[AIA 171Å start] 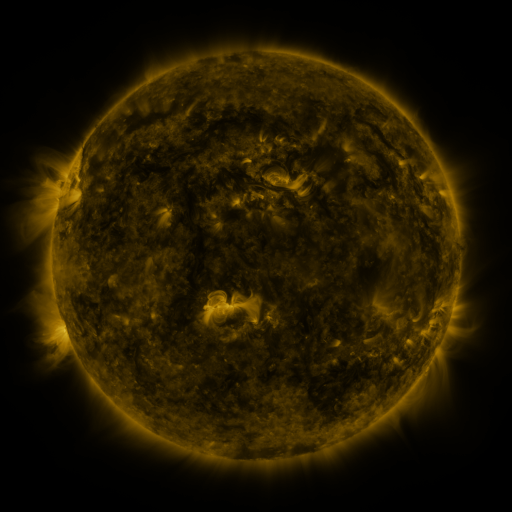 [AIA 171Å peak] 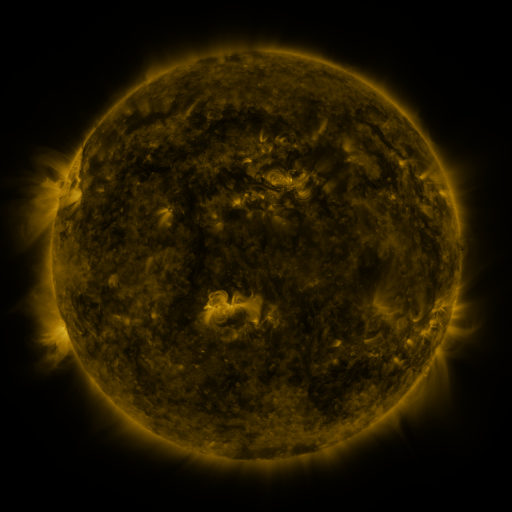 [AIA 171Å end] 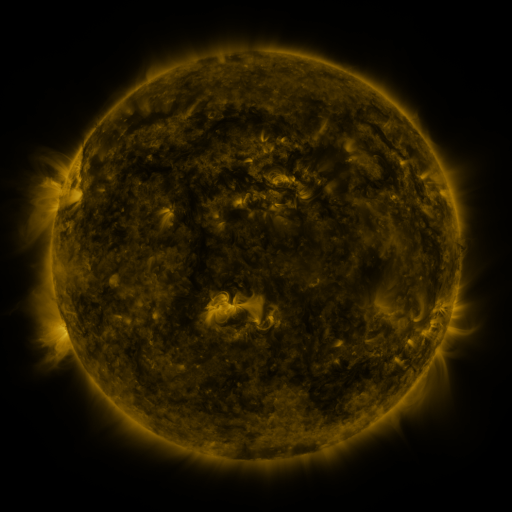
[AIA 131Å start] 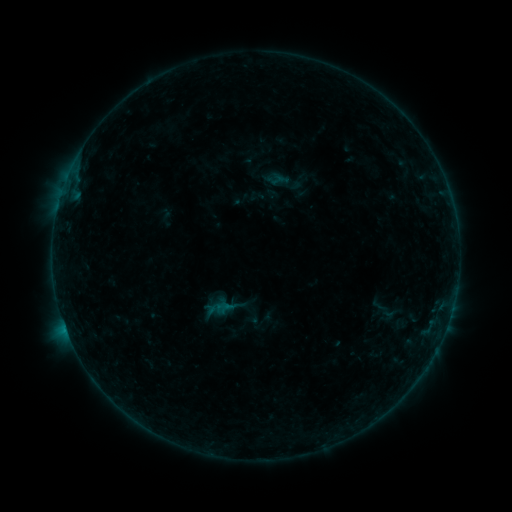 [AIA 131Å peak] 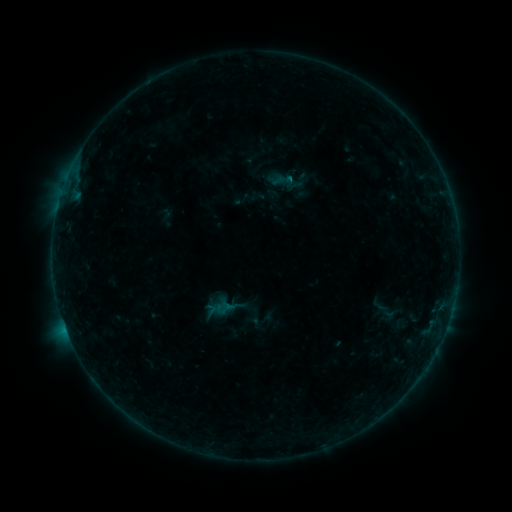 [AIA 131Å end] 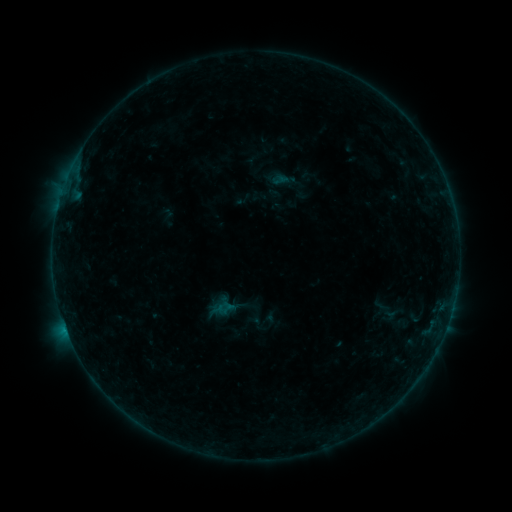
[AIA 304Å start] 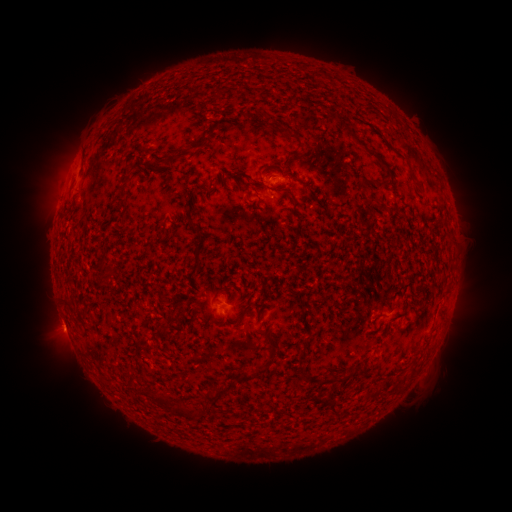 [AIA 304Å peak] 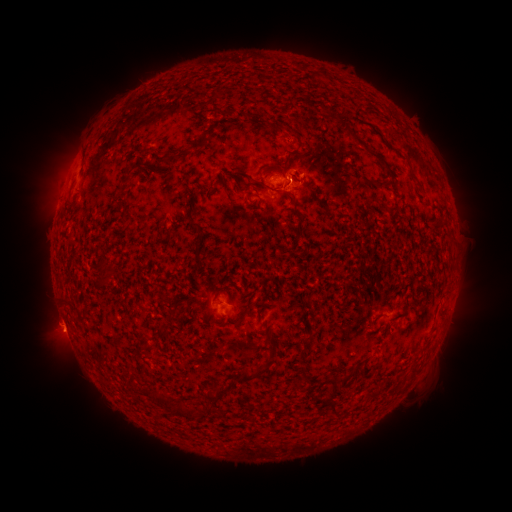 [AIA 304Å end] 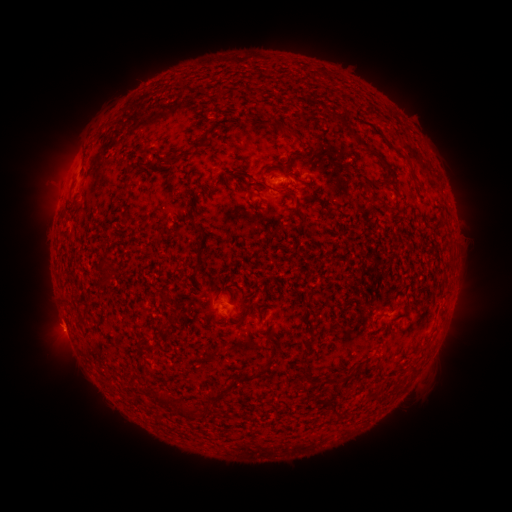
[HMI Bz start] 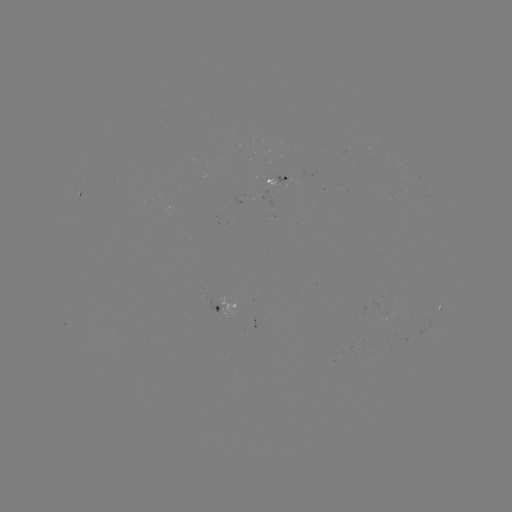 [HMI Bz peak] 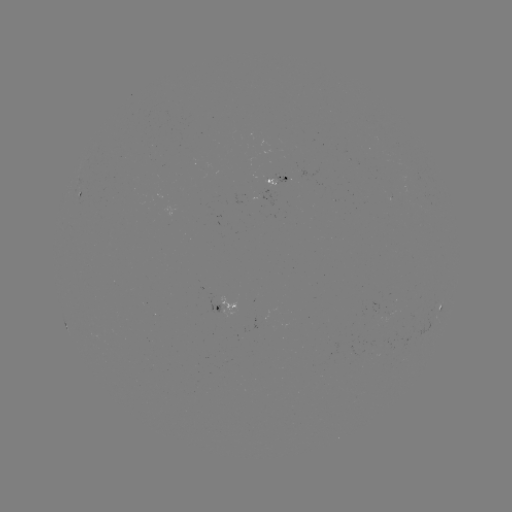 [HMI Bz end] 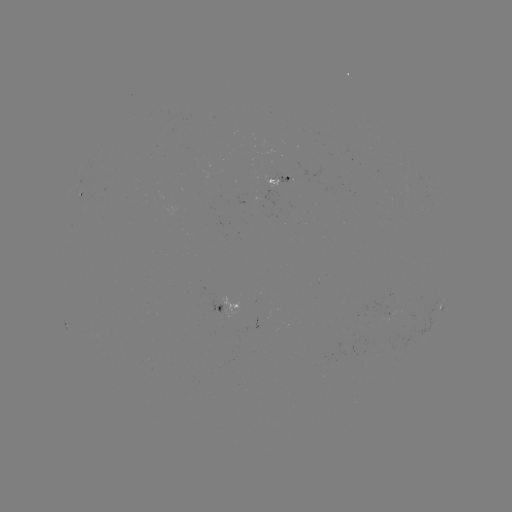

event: flare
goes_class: B3.5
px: (289, 182)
